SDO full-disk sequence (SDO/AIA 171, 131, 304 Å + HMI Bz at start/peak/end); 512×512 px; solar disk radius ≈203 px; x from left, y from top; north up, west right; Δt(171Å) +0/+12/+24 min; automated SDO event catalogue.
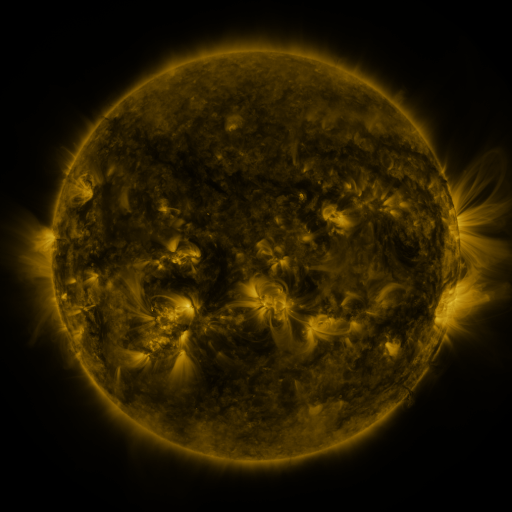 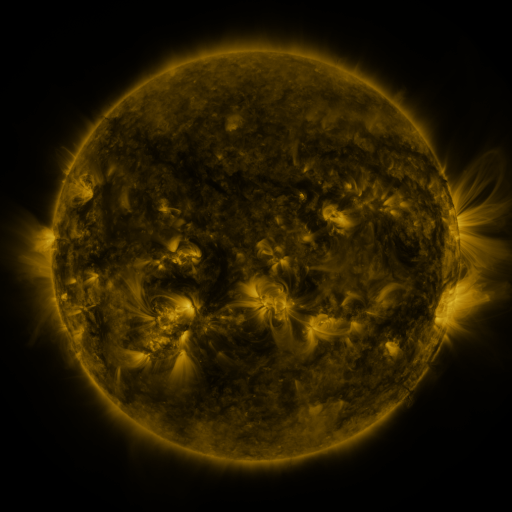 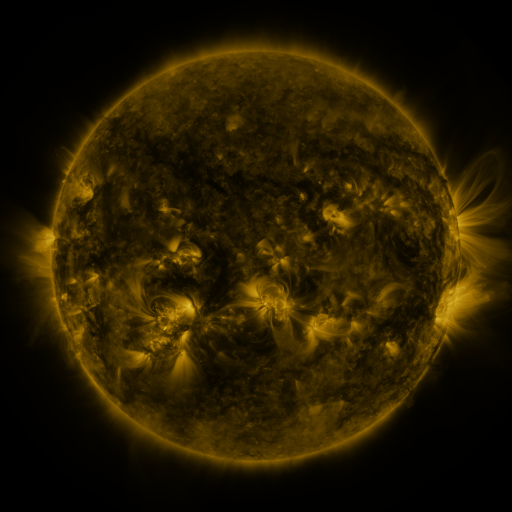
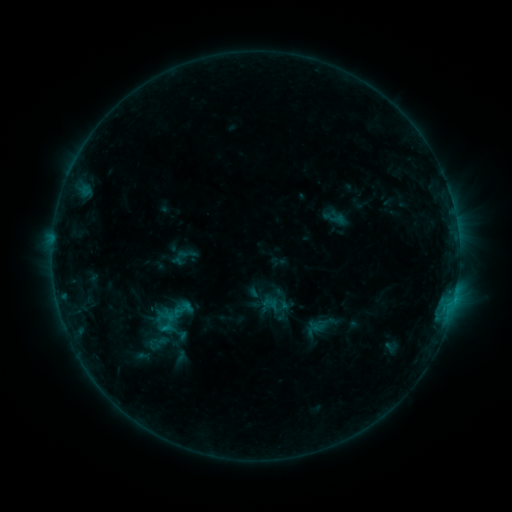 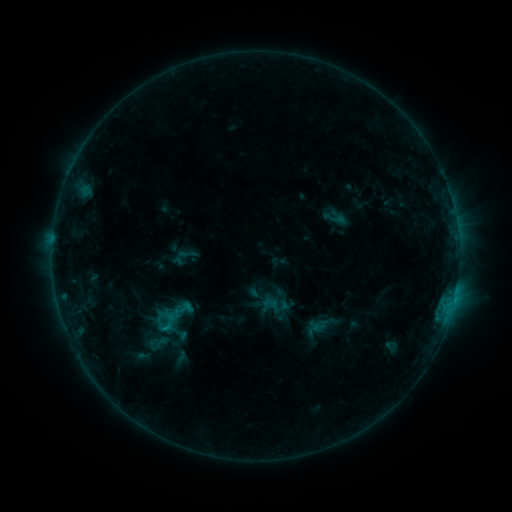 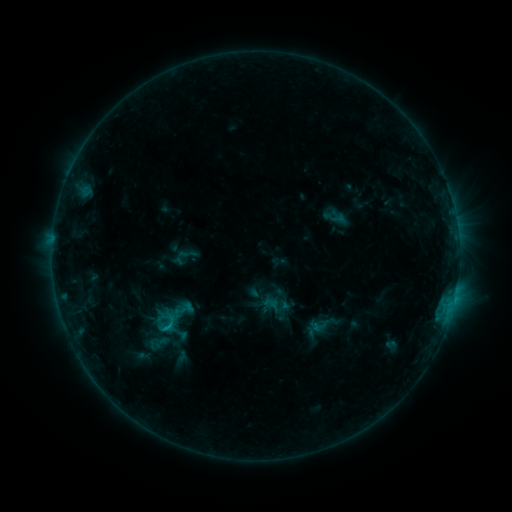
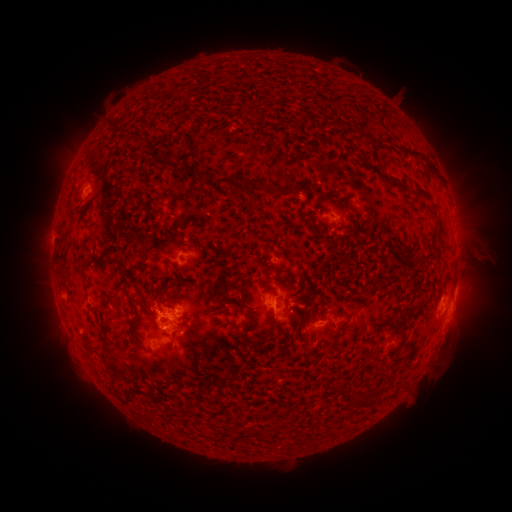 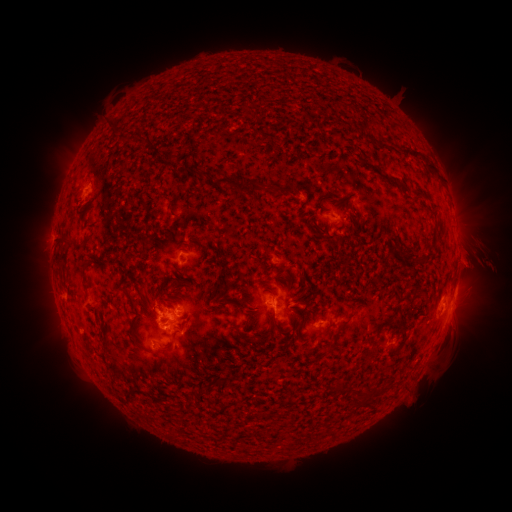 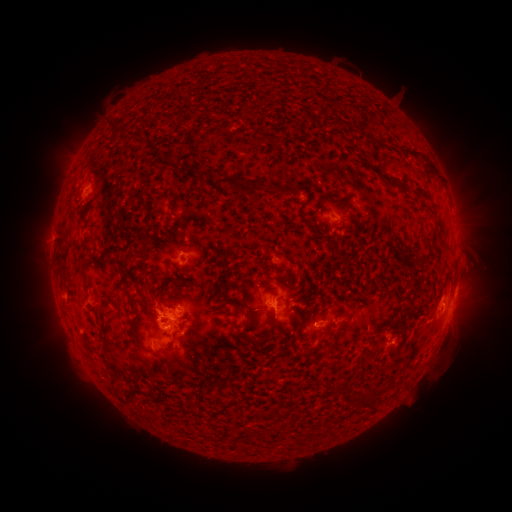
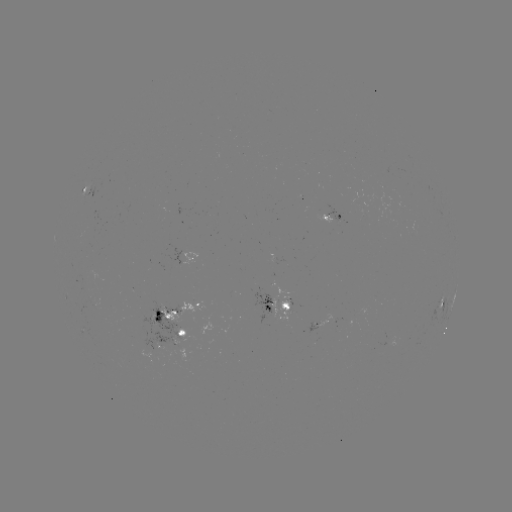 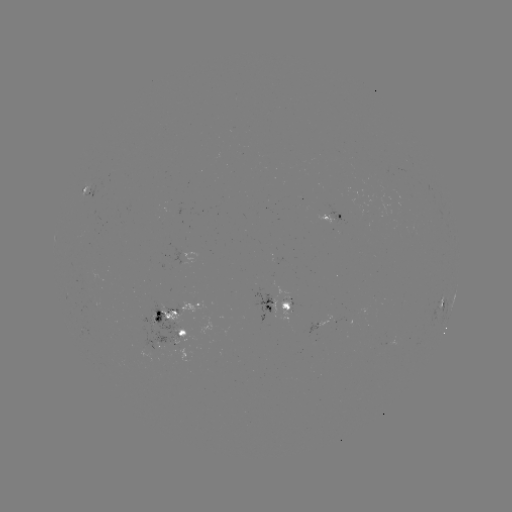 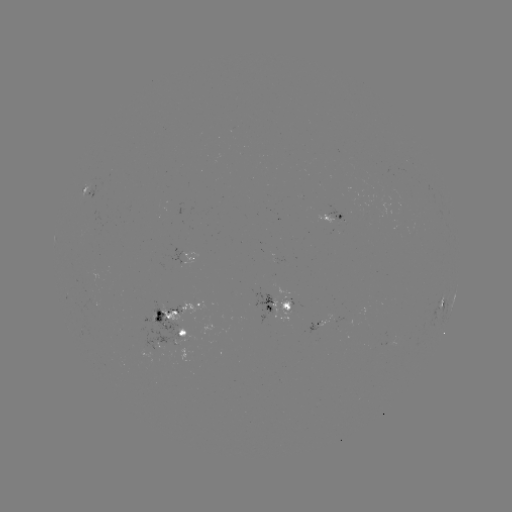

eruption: (453, 237, 506, 288)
